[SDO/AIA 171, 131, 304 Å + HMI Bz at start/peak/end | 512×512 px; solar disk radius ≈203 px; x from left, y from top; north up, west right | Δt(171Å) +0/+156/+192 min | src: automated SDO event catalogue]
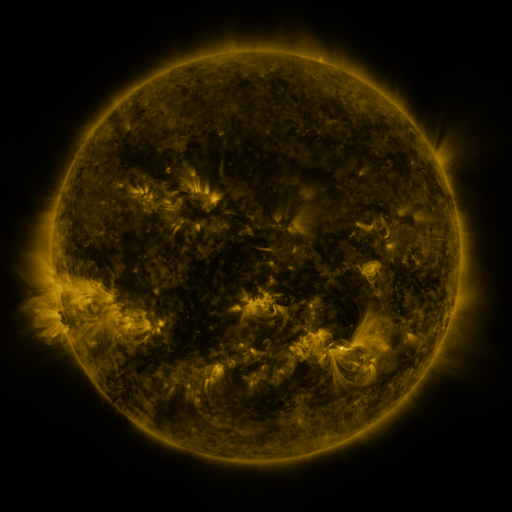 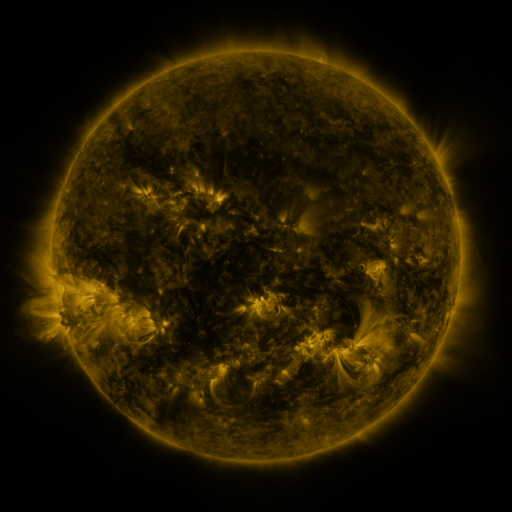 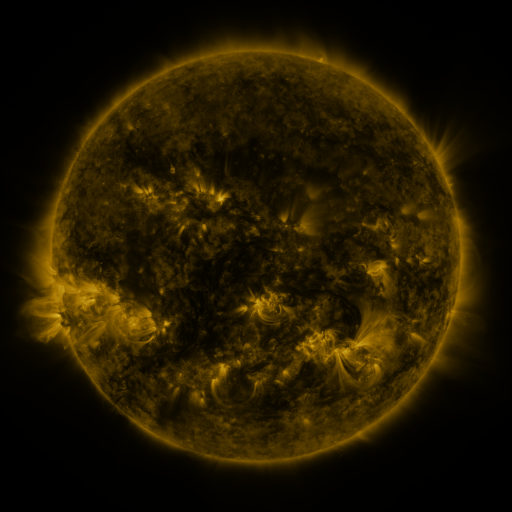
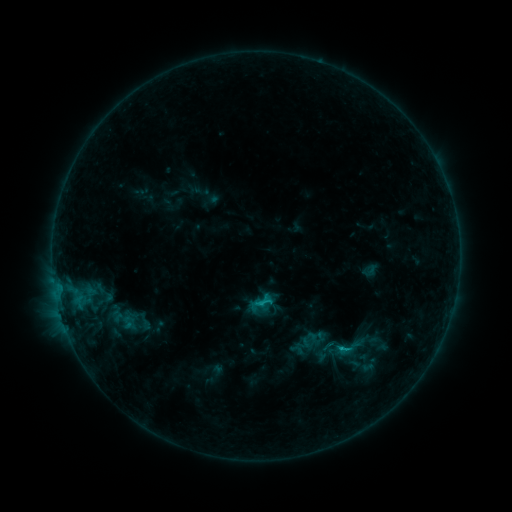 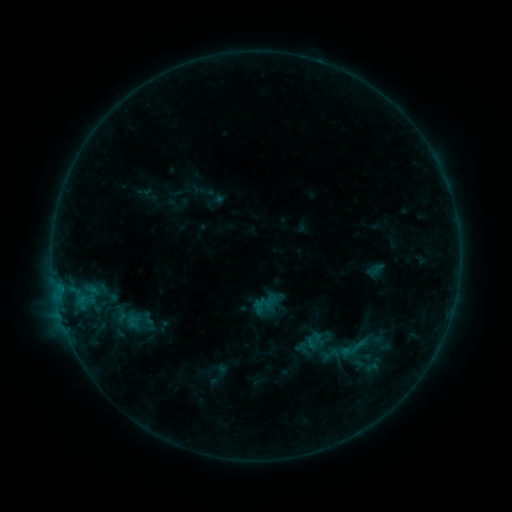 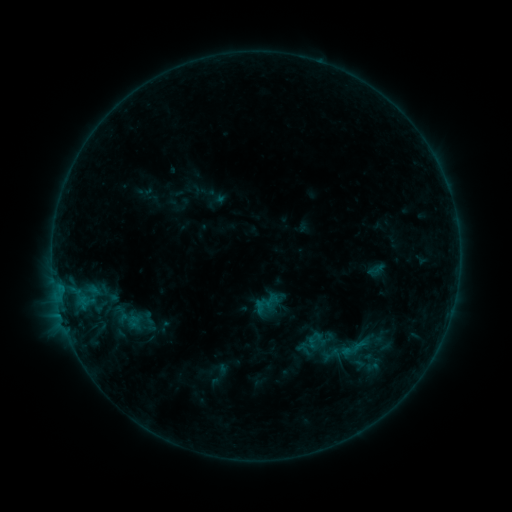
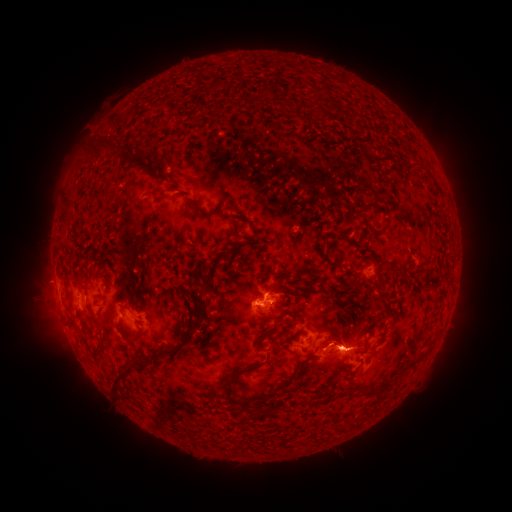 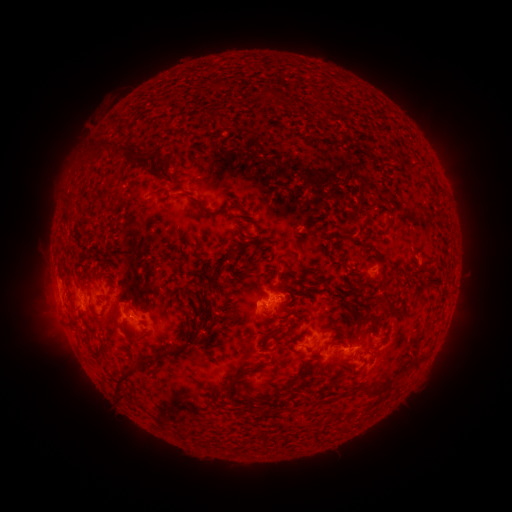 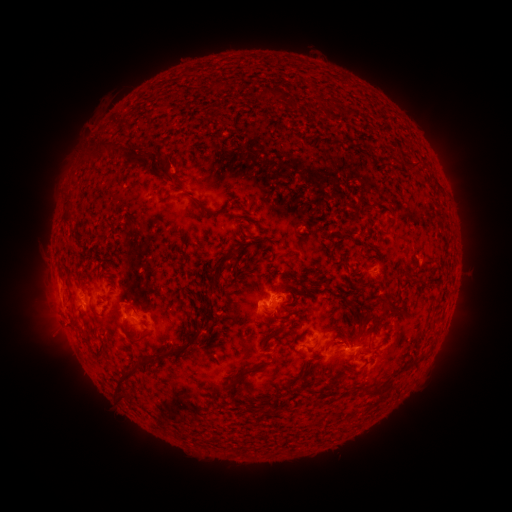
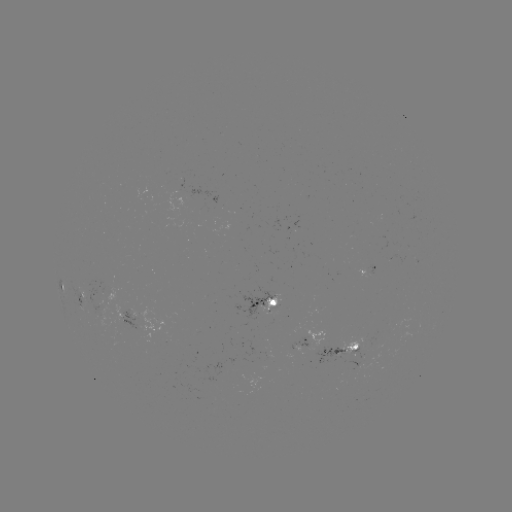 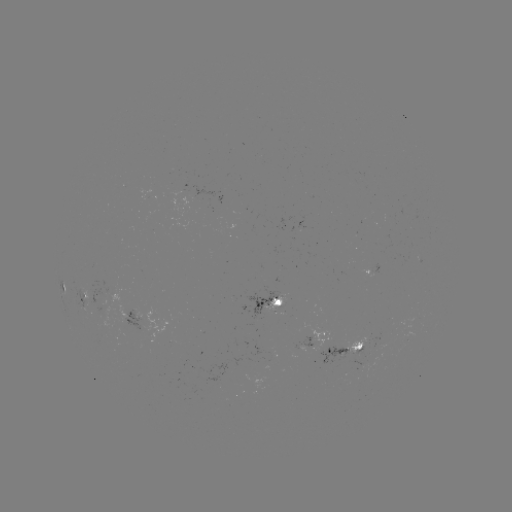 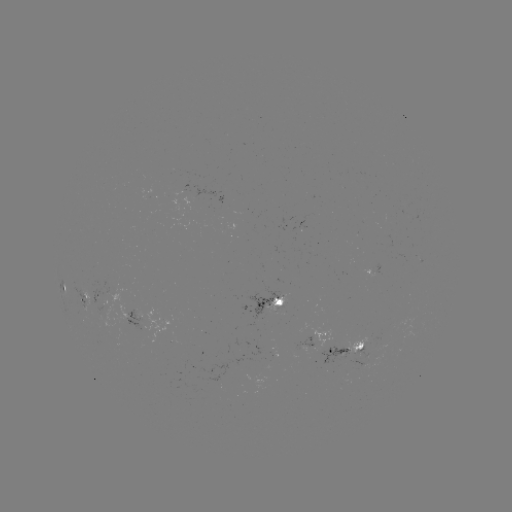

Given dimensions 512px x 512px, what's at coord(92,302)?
emerging-flux region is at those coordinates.